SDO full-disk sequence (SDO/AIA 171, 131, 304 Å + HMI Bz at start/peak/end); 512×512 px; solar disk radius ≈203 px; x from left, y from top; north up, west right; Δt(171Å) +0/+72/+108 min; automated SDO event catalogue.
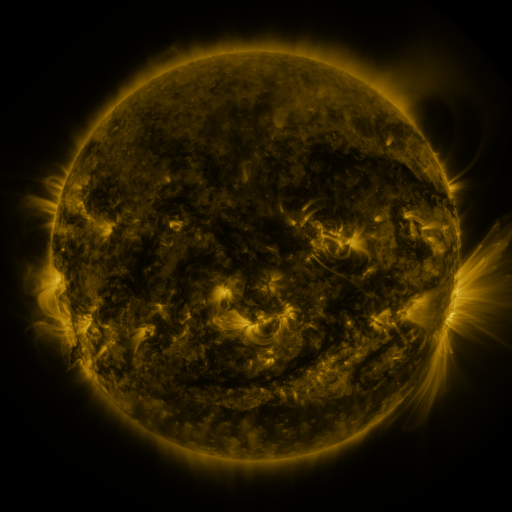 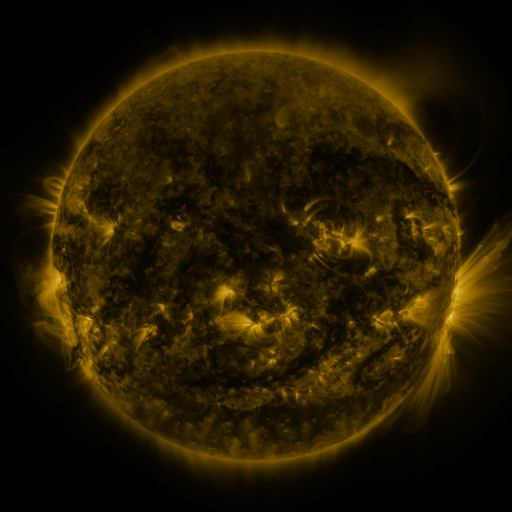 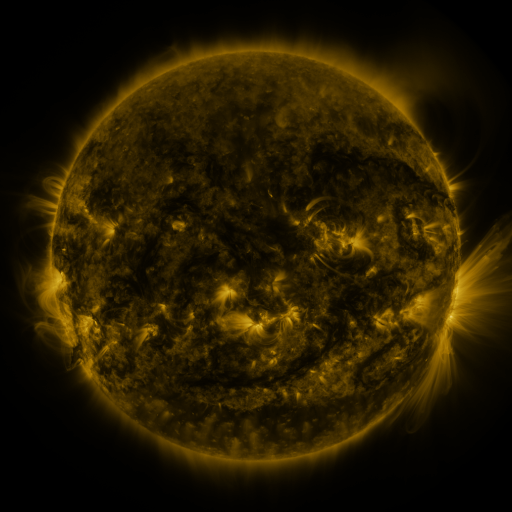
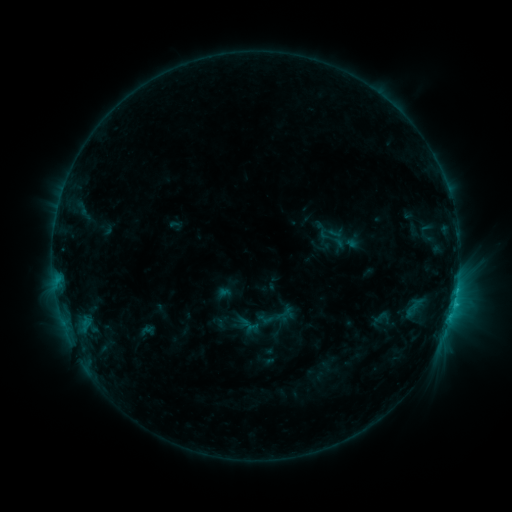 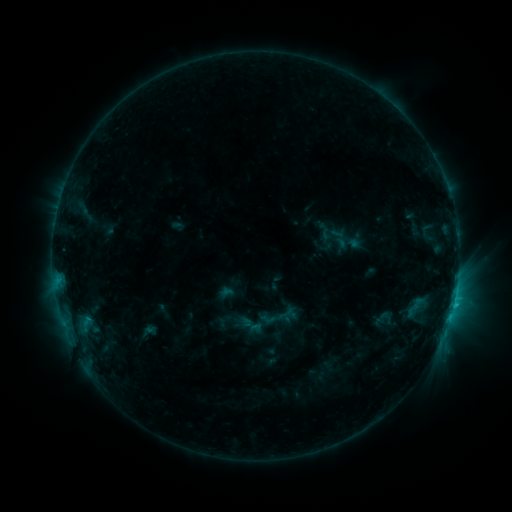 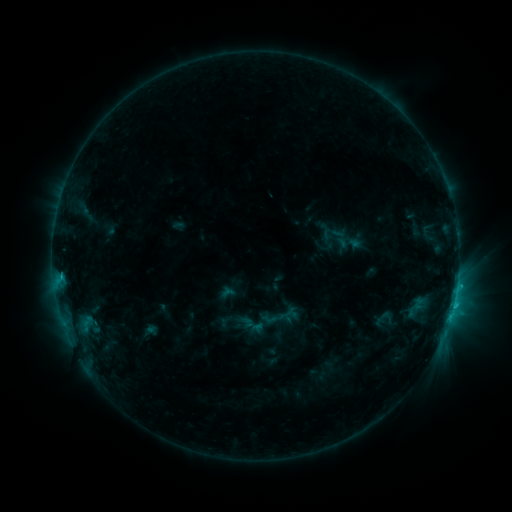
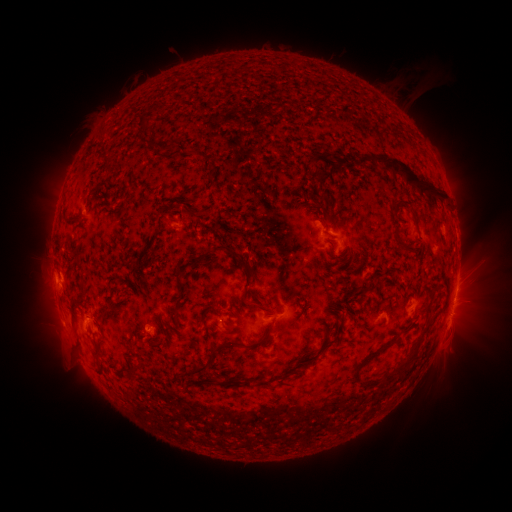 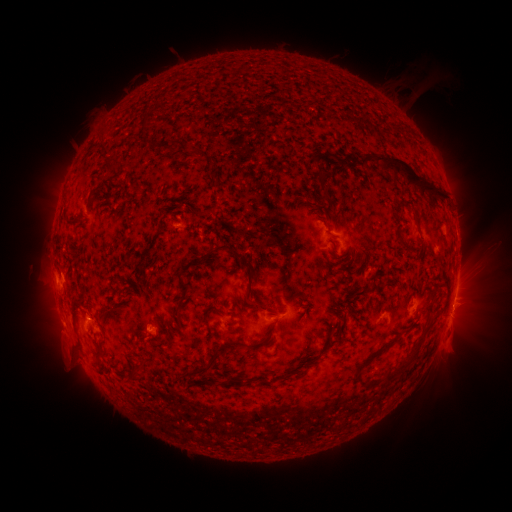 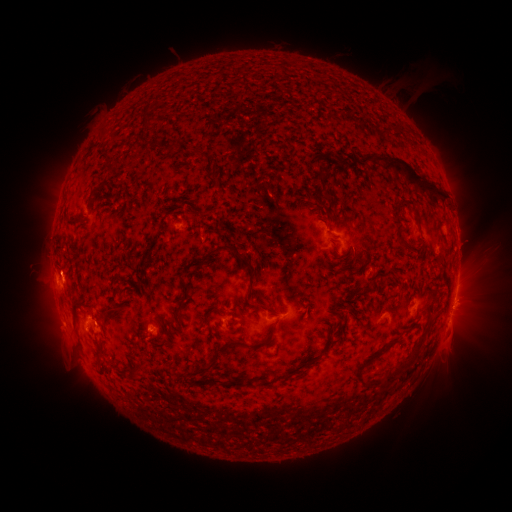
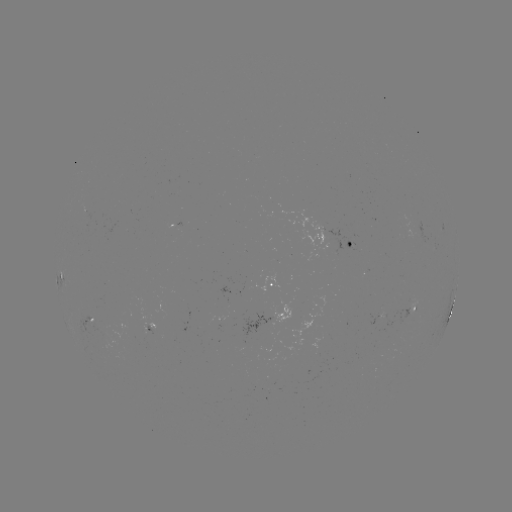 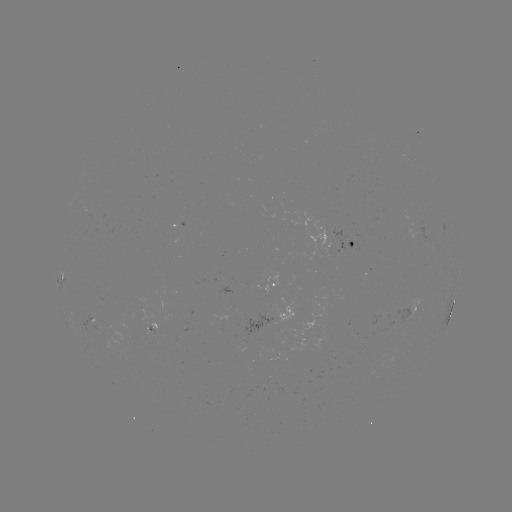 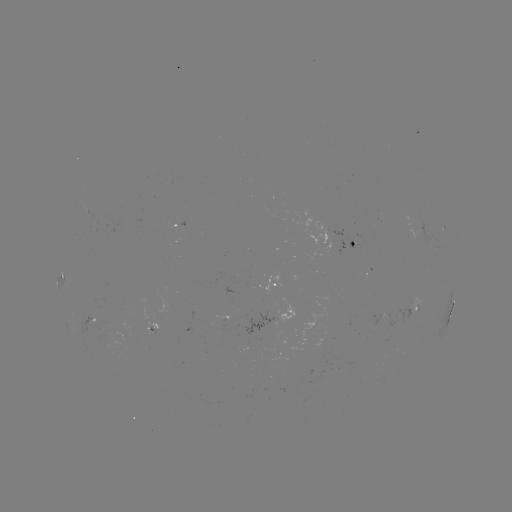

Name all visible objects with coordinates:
emerging-flux region: (409, 235)
